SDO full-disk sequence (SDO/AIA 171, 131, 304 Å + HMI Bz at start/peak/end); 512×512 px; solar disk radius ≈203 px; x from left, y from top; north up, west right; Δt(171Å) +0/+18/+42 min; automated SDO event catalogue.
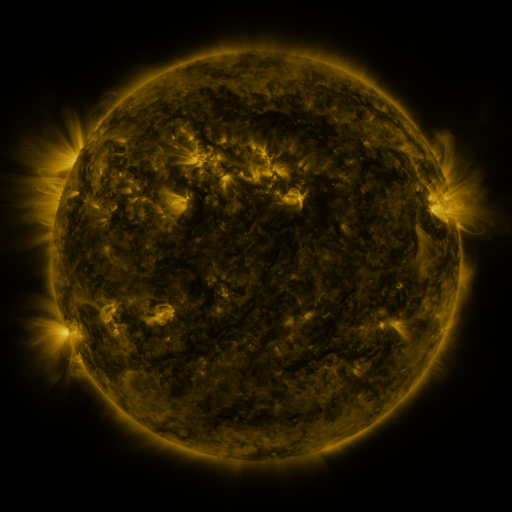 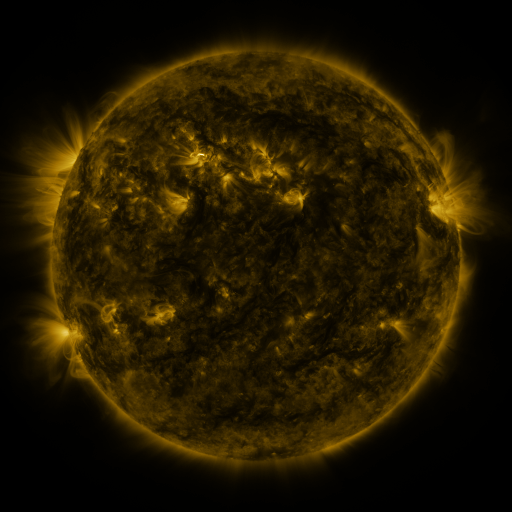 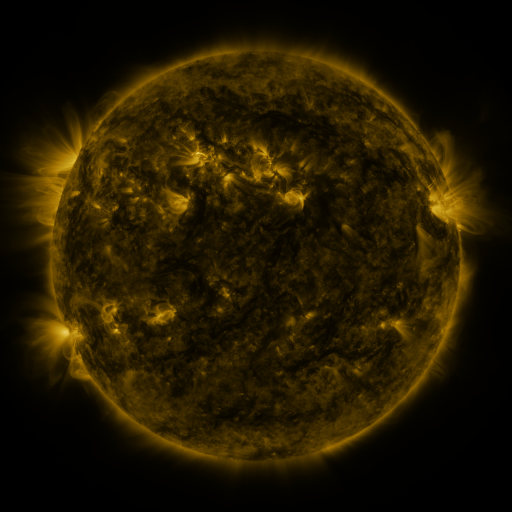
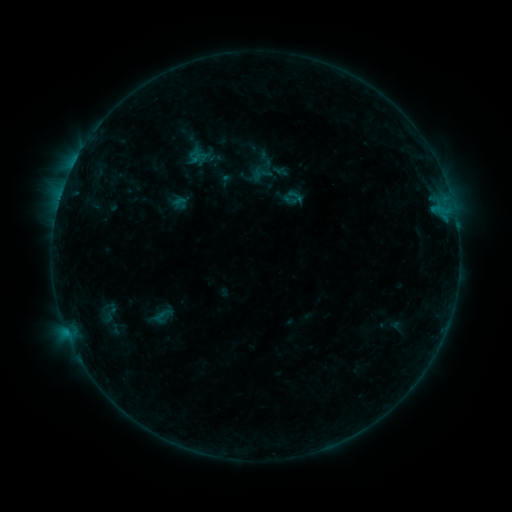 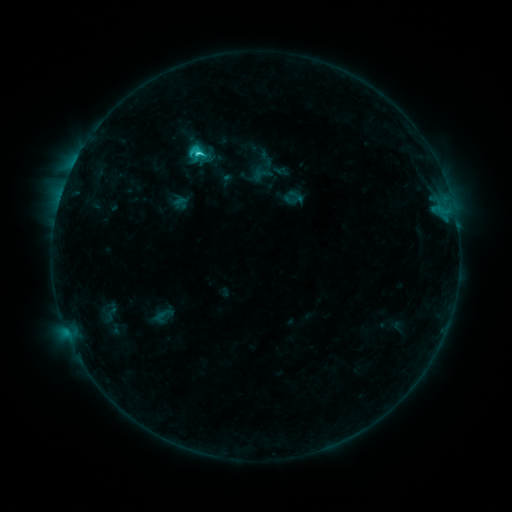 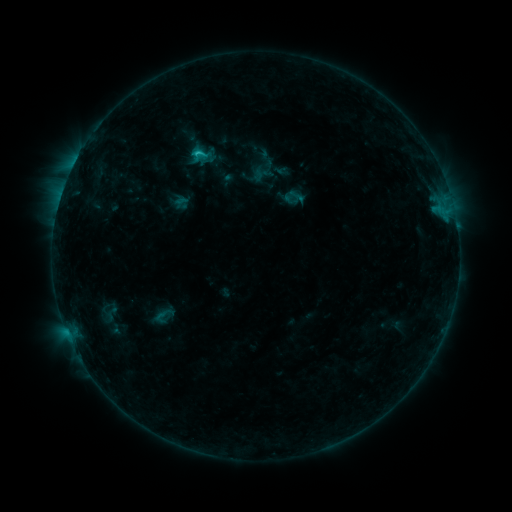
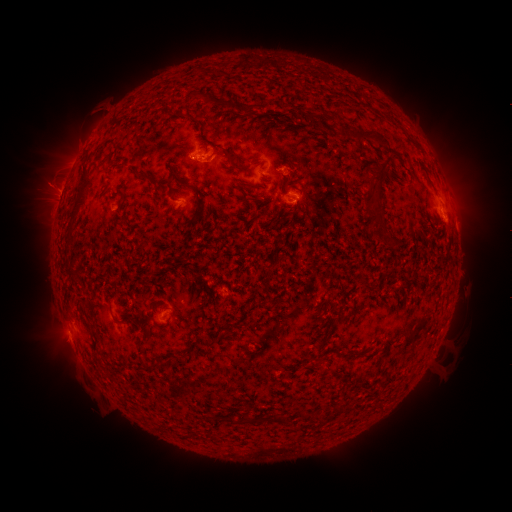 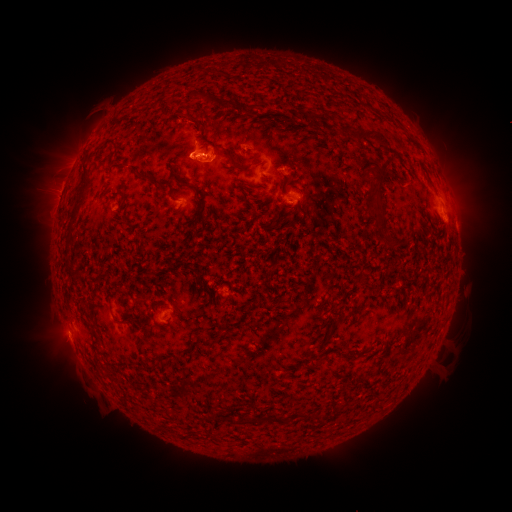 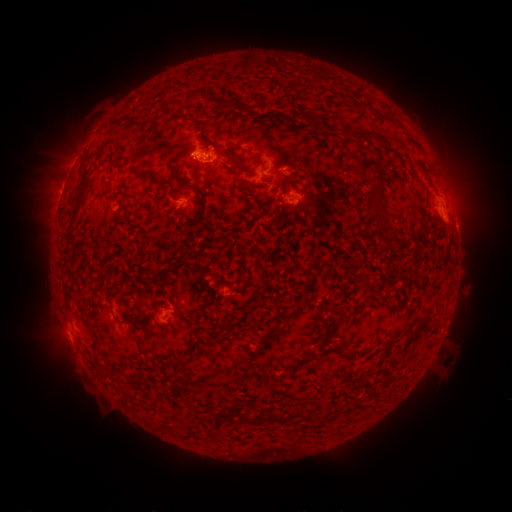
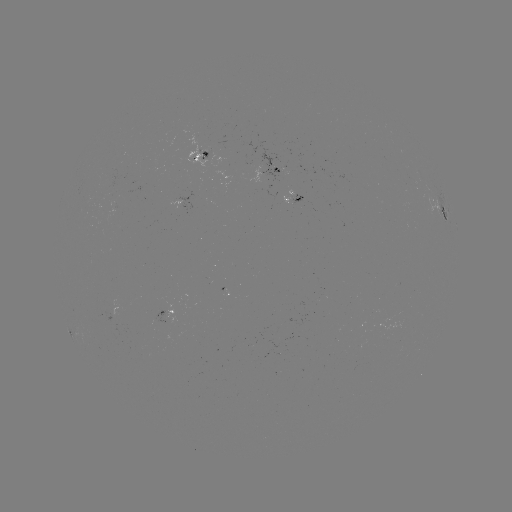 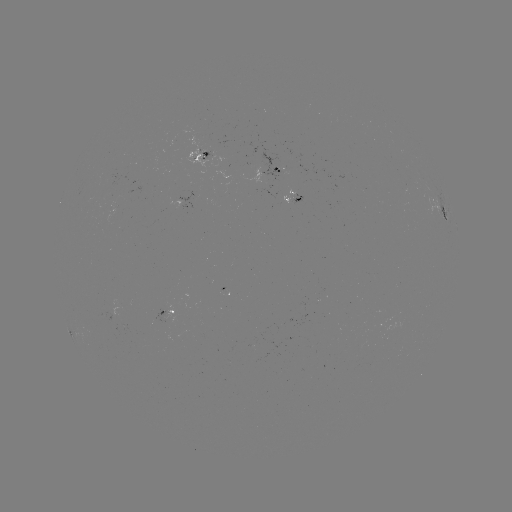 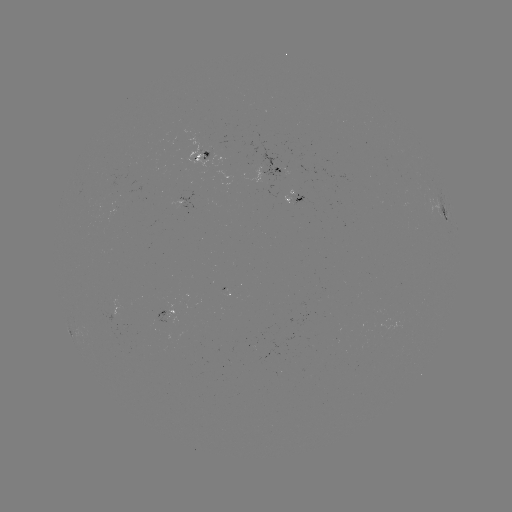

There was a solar flare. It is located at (198, 156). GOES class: C2.1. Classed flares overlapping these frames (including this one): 1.